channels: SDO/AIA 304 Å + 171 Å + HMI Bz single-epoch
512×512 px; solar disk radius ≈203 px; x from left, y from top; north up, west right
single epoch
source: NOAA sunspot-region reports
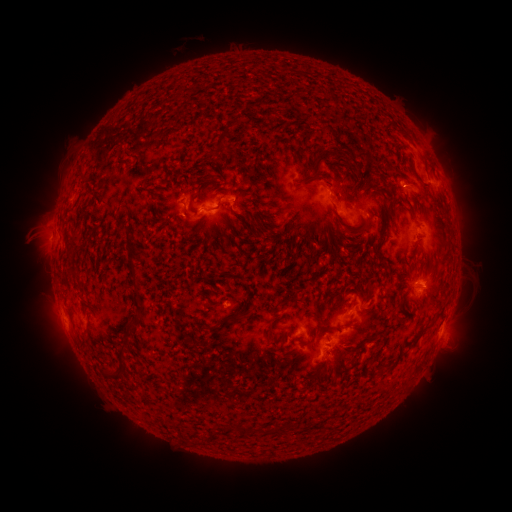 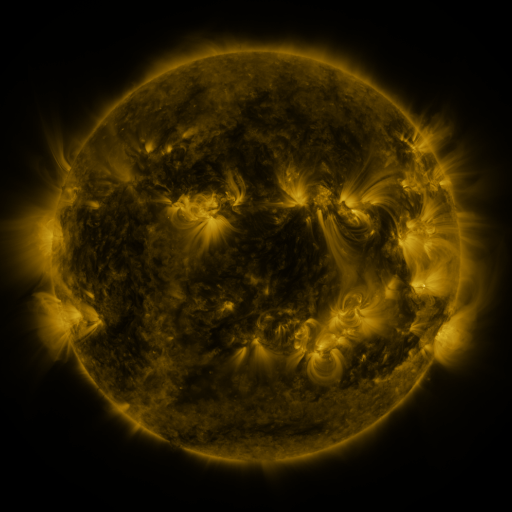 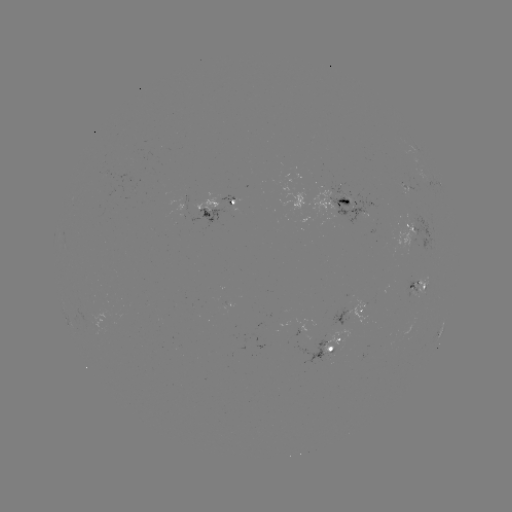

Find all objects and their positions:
spotted active region: (434, 183)
spotted active region: (408, 188)
spotted active region: (345, 199)
spotted active region: (217, 206)
spotted active region: (419, 230)
spotted active region: (418, 283)
spotted active region: (355, 312)
spotted active region: (440, 330)
spotted active region: (335, 342)
